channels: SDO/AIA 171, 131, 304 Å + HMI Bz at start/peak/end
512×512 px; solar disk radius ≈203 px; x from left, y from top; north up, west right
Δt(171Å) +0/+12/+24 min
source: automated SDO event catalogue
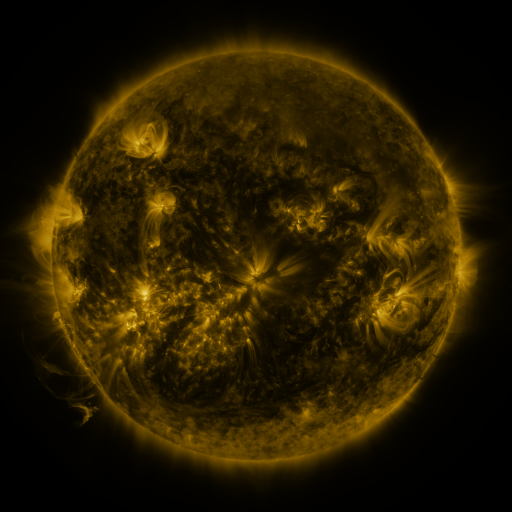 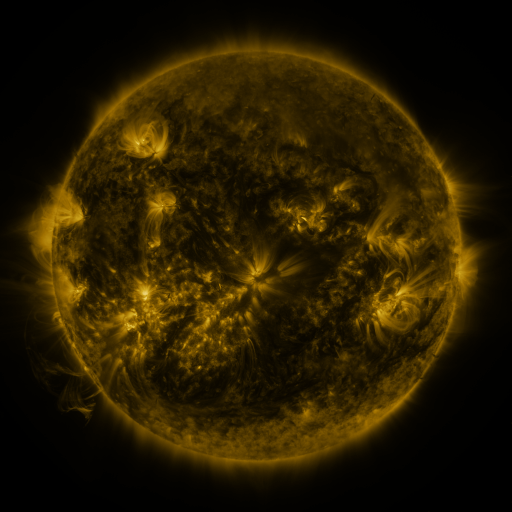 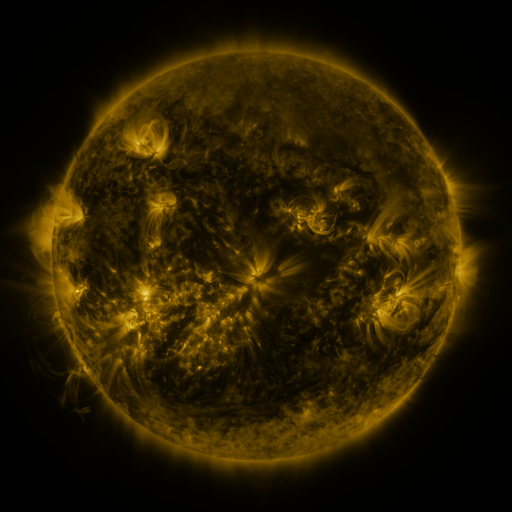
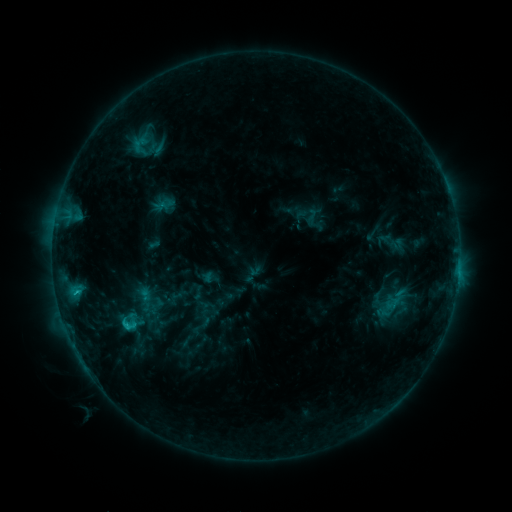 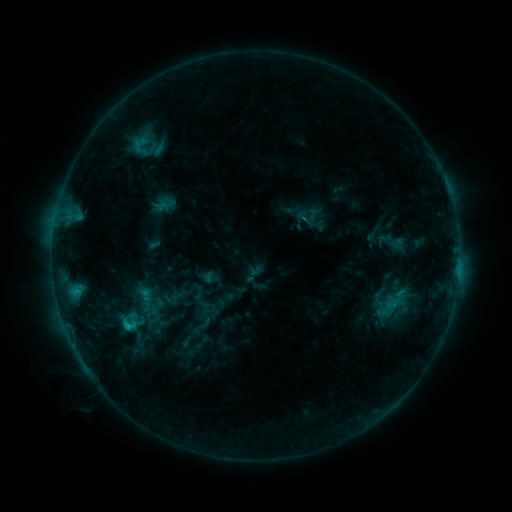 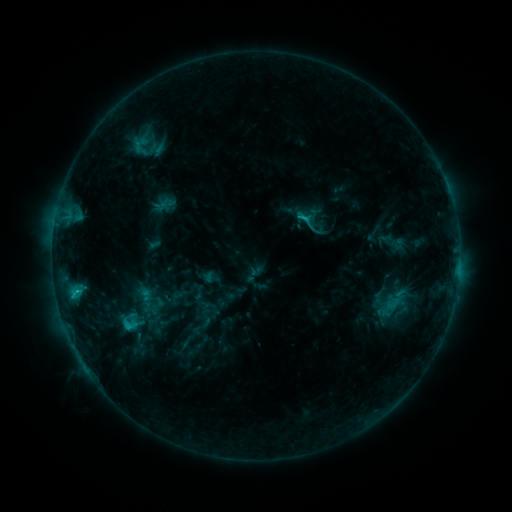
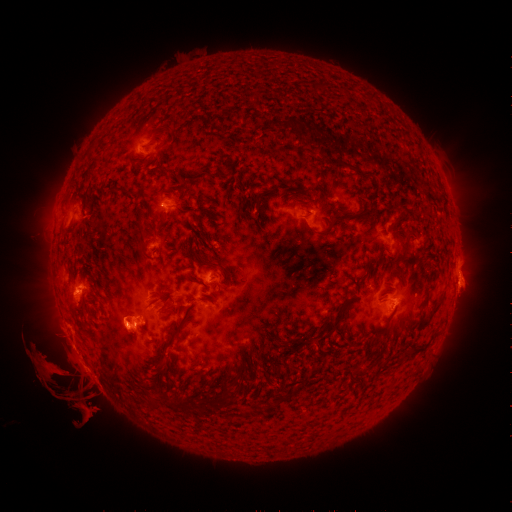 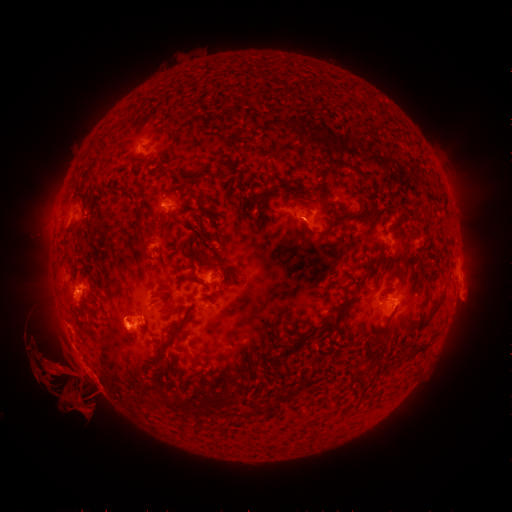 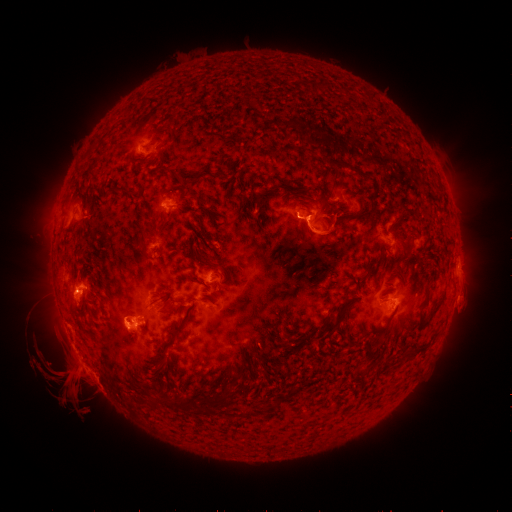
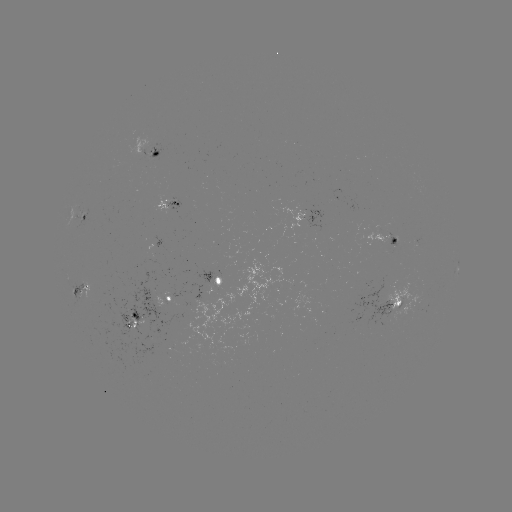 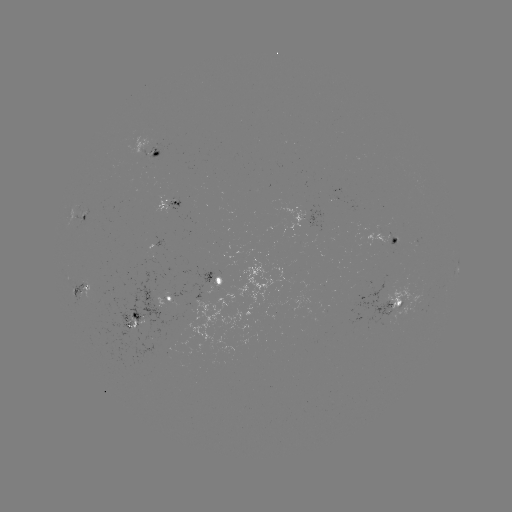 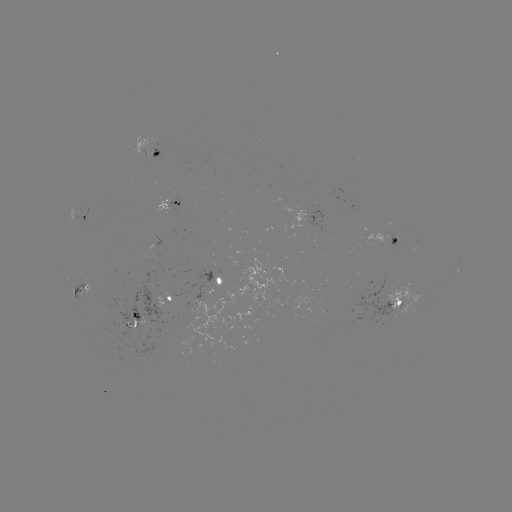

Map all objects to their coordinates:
eruption: (77, 389)
